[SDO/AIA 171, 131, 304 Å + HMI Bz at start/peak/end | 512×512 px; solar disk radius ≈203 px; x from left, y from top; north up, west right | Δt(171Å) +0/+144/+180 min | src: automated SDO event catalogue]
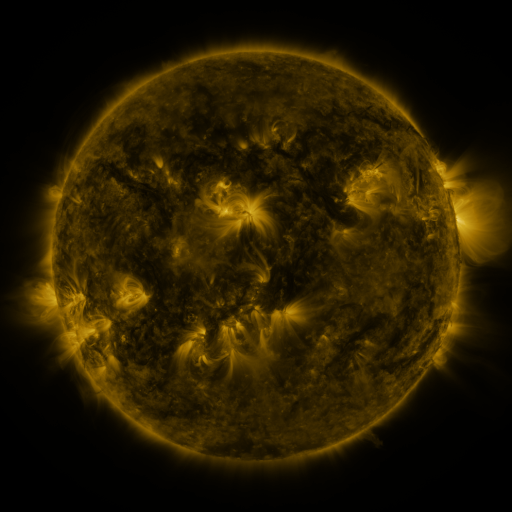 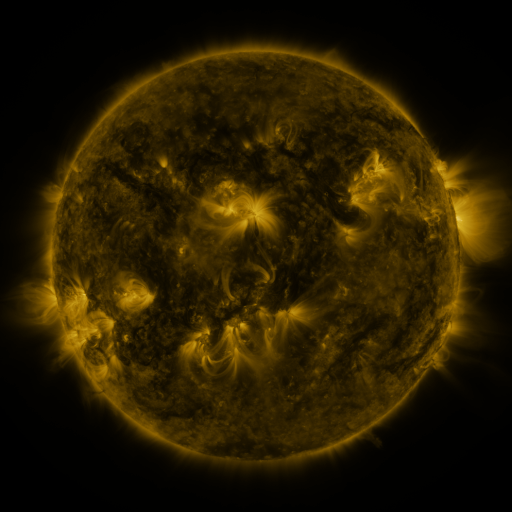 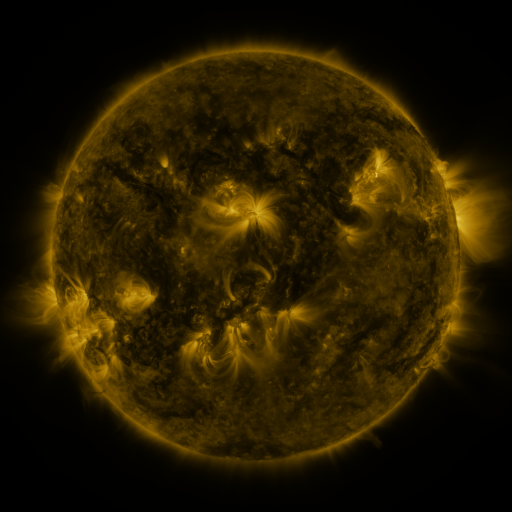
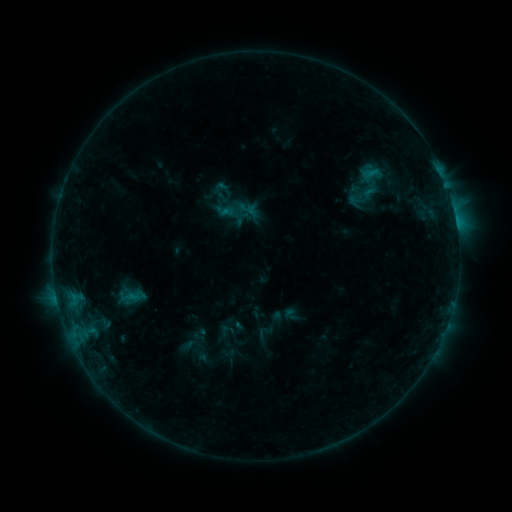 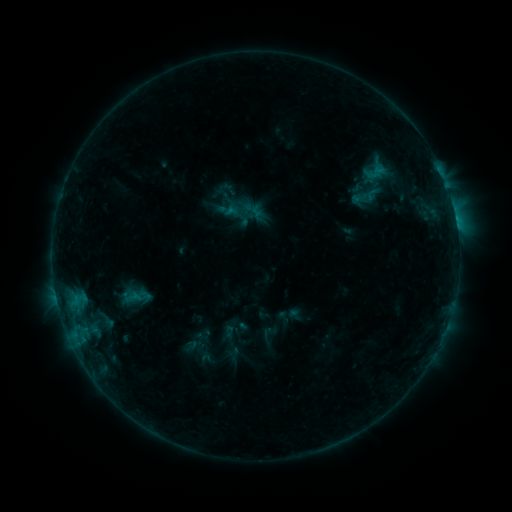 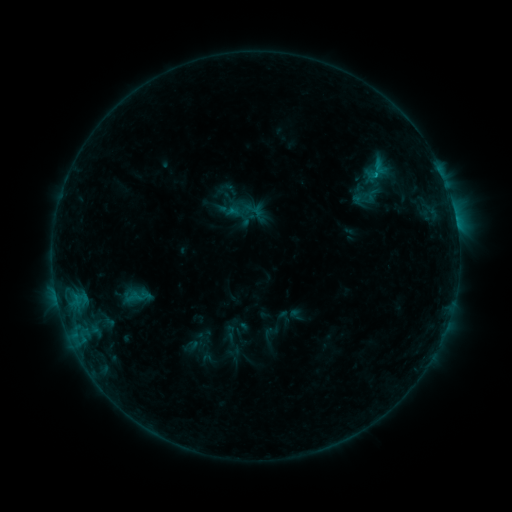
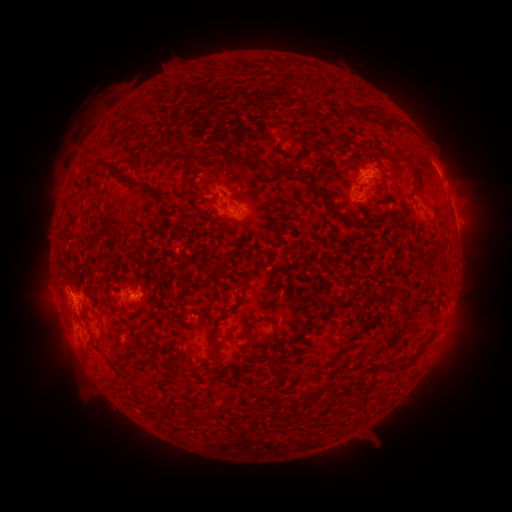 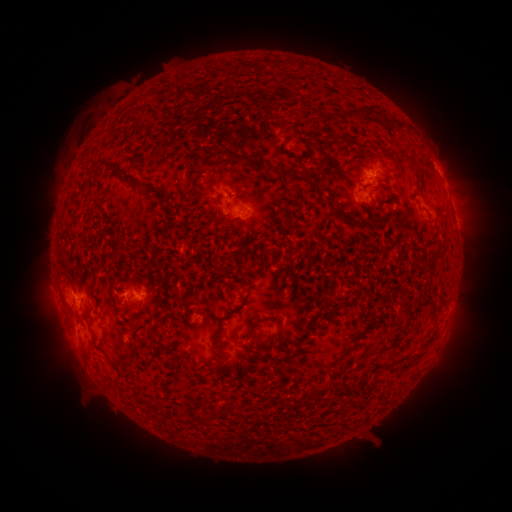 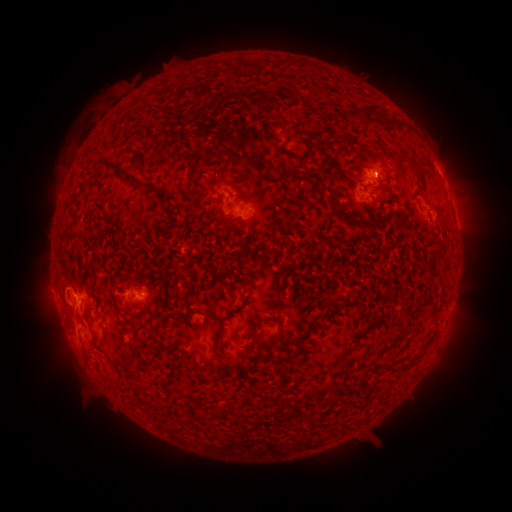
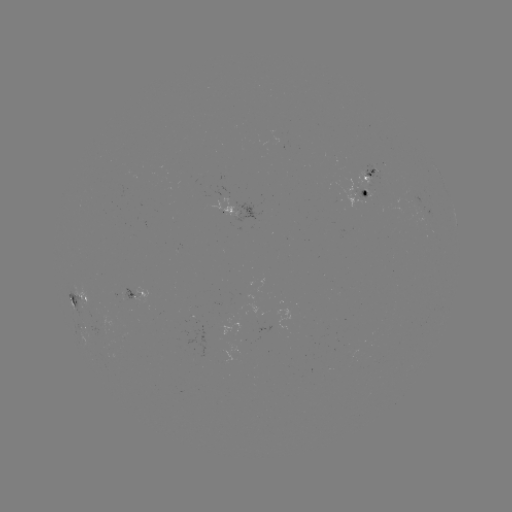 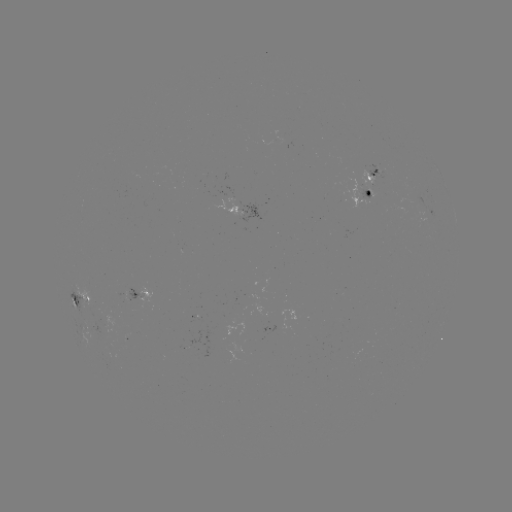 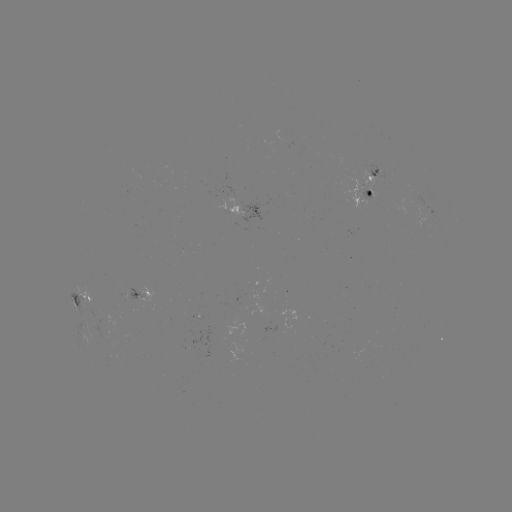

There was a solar emerging-flux region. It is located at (103, 329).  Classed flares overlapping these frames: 1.